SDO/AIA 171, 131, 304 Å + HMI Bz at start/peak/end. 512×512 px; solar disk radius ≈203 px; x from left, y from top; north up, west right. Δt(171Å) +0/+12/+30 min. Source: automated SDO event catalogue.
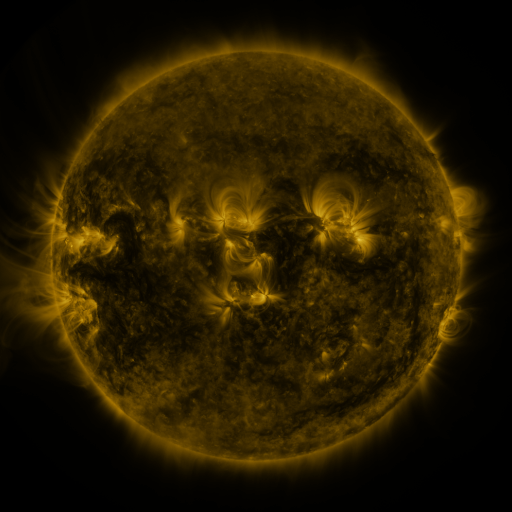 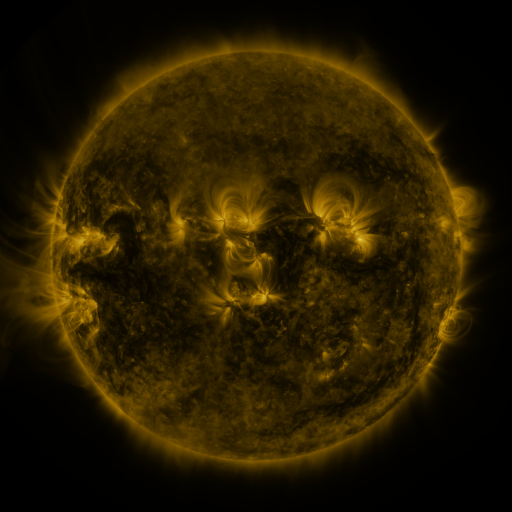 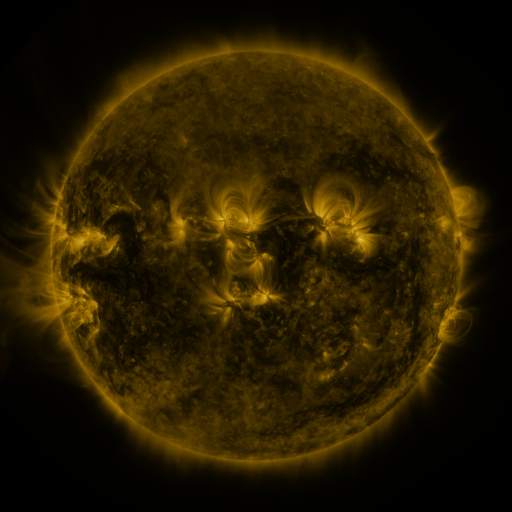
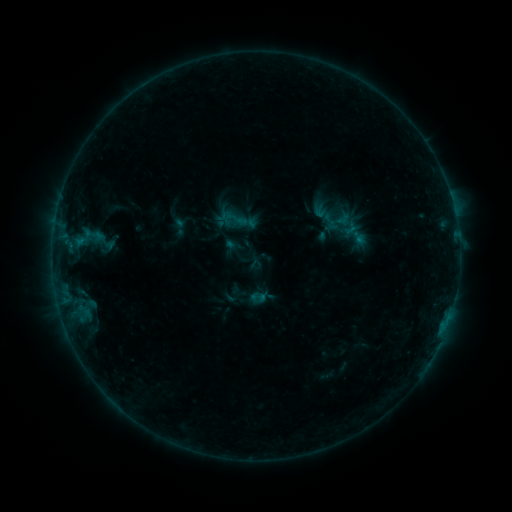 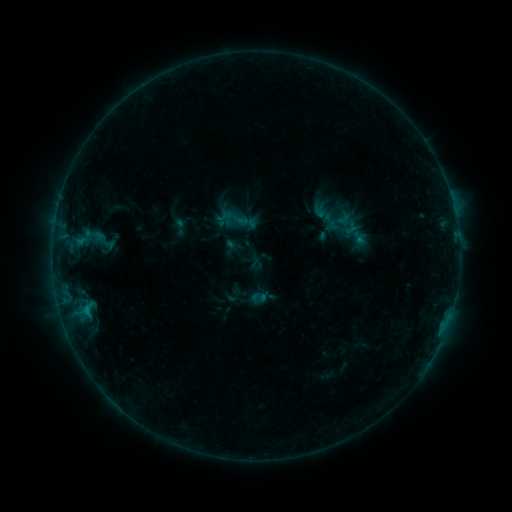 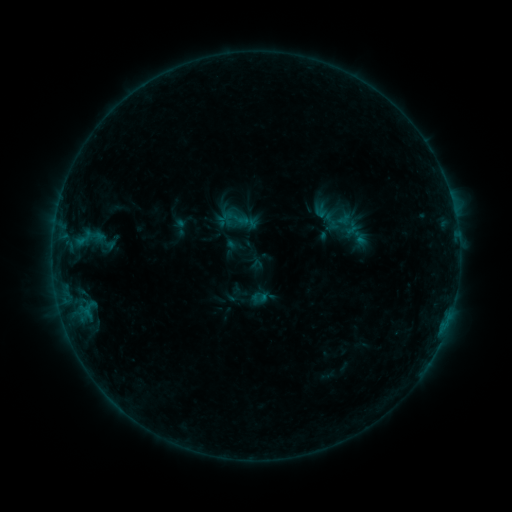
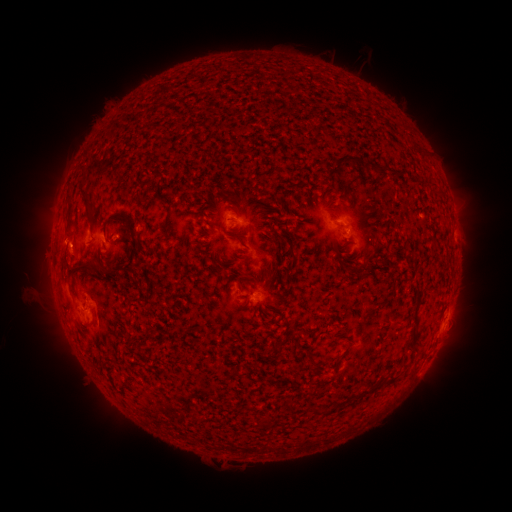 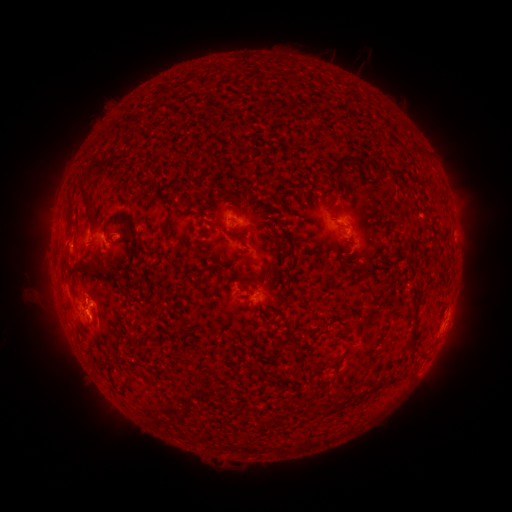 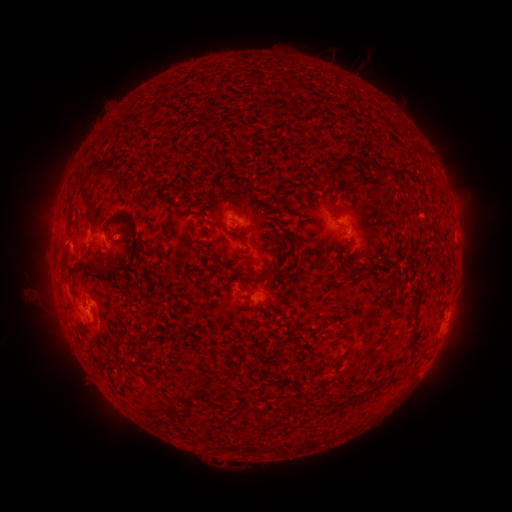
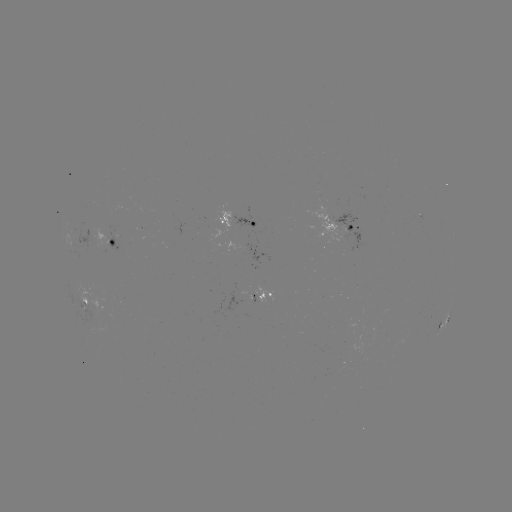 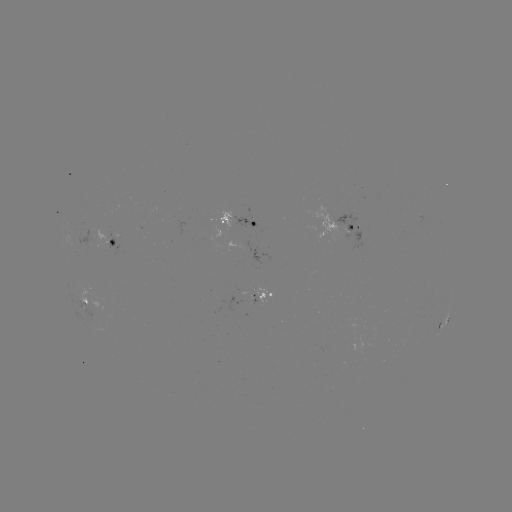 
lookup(B5.6 flare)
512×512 (87, 310)